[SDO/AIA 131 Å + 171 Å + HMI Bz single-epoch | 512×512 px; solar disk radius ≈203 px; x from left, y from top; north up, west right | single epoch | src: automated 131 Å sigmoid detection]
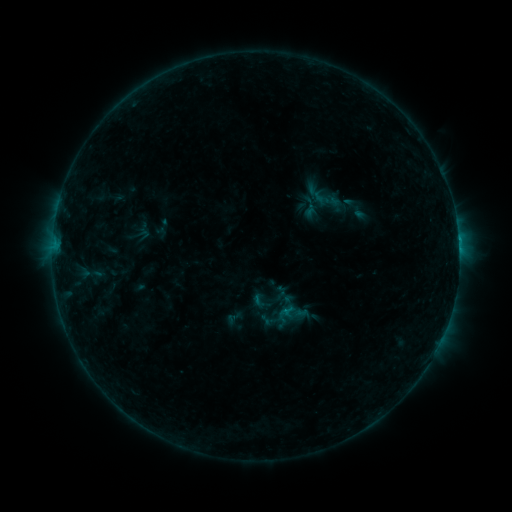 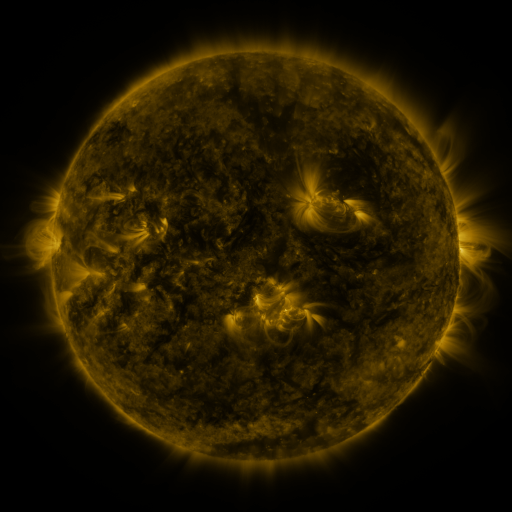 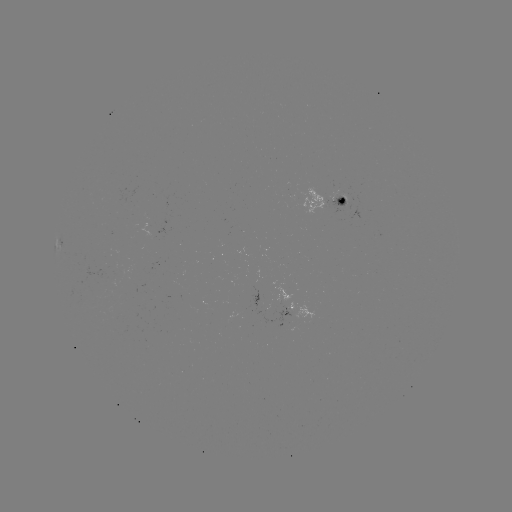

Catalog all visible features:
sigmoid: (261, 301)
sigmoid: (234, 318)
